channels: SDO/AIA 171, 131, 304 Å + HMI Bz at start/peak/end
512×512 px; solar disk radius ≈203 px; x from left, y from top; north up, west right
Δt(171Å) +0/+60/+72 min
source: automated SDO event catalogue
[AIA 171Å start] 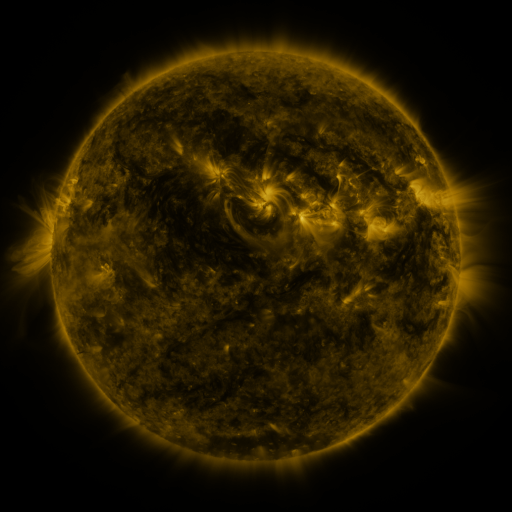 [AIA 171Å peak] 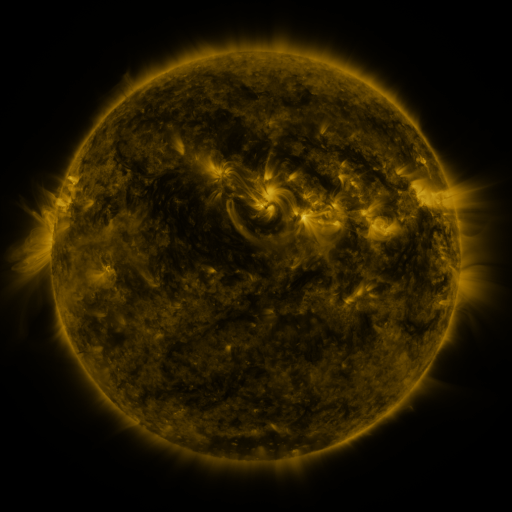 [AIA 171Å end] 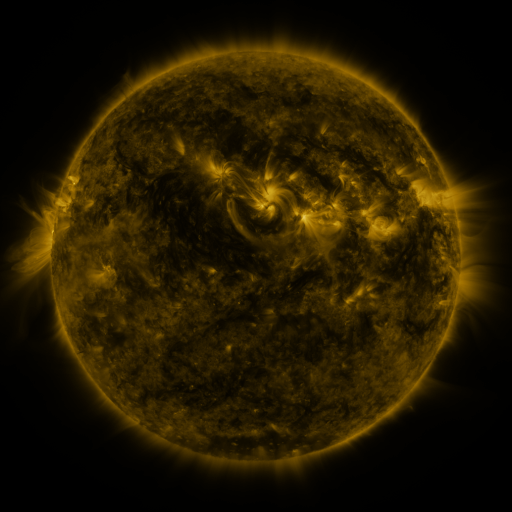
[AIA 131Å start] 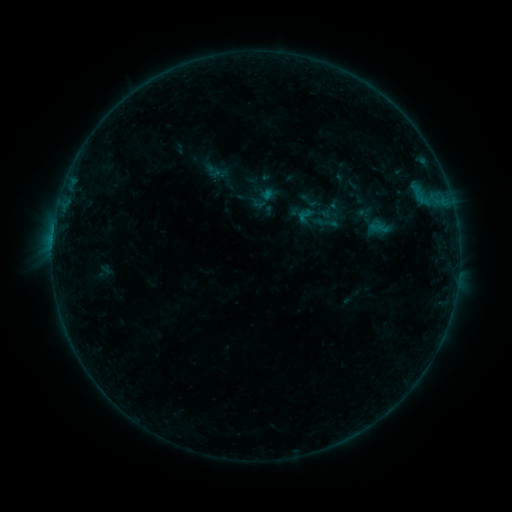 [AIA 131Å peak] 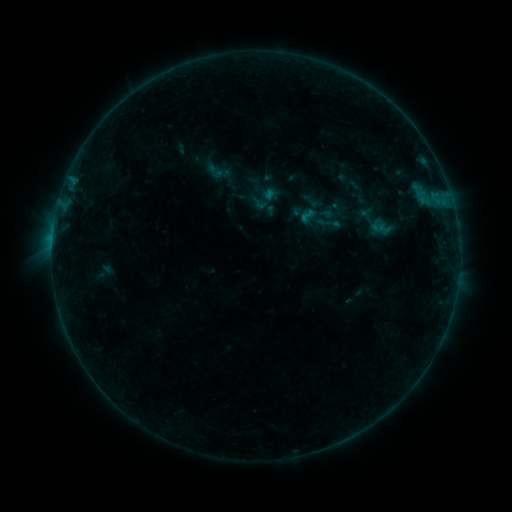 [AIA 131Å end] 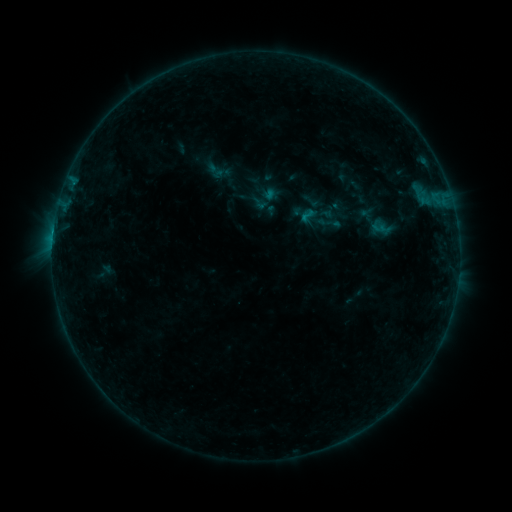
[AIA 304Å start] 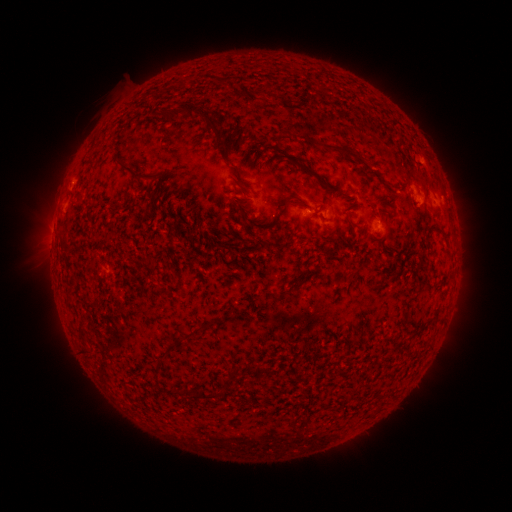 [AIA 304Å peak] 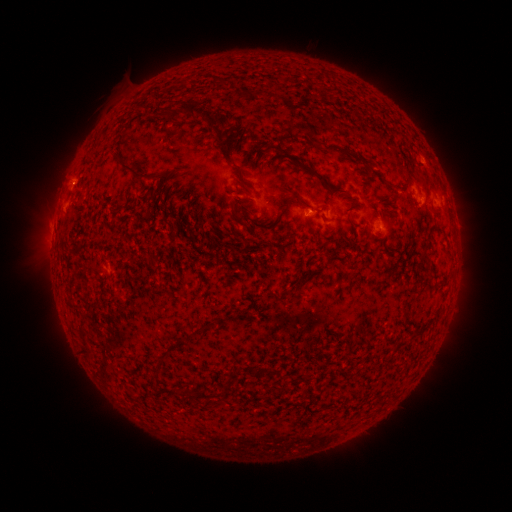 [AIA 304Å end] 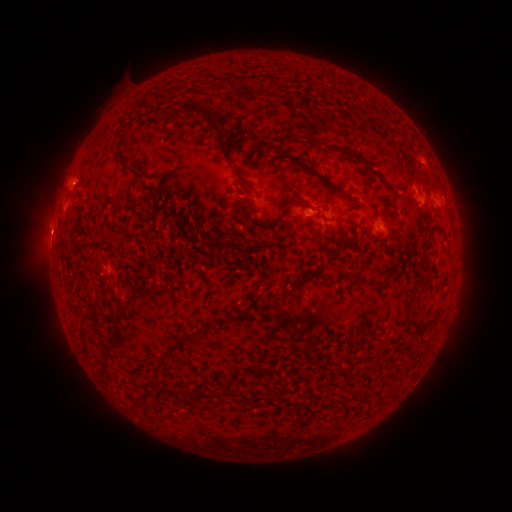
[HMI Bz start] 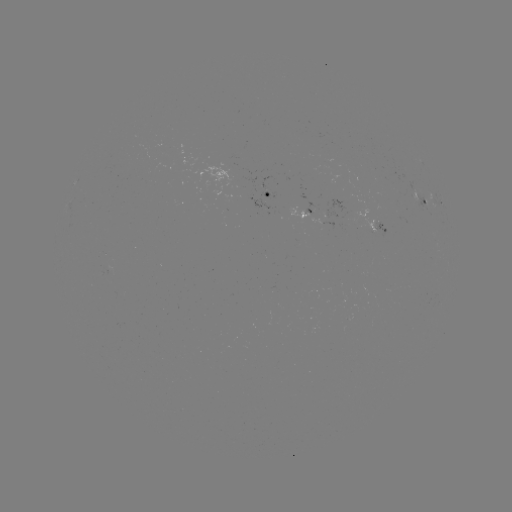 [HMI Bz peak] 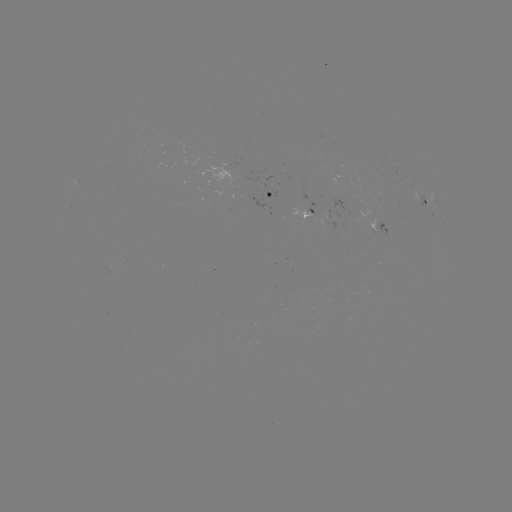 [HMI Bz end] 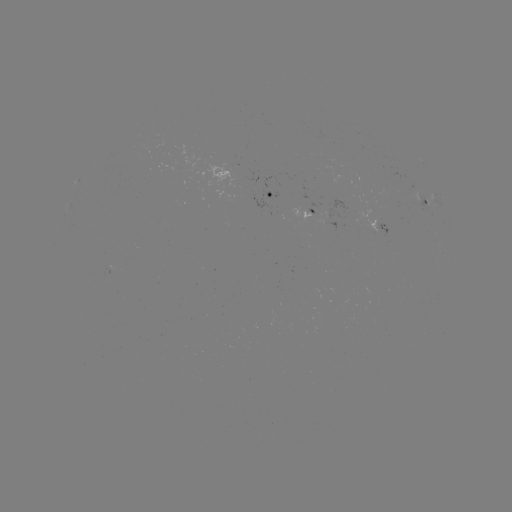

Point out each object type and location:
emerging-flux region: (316, 212)
